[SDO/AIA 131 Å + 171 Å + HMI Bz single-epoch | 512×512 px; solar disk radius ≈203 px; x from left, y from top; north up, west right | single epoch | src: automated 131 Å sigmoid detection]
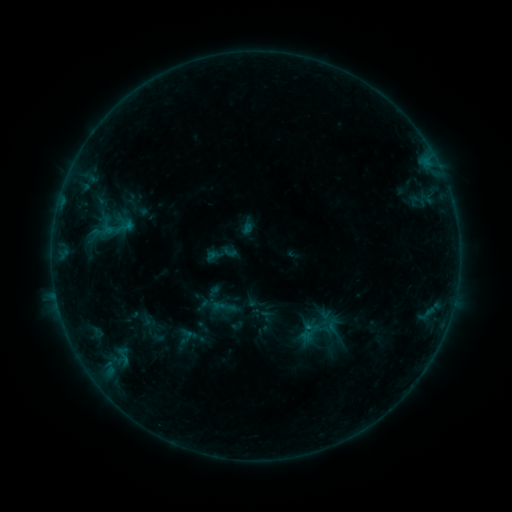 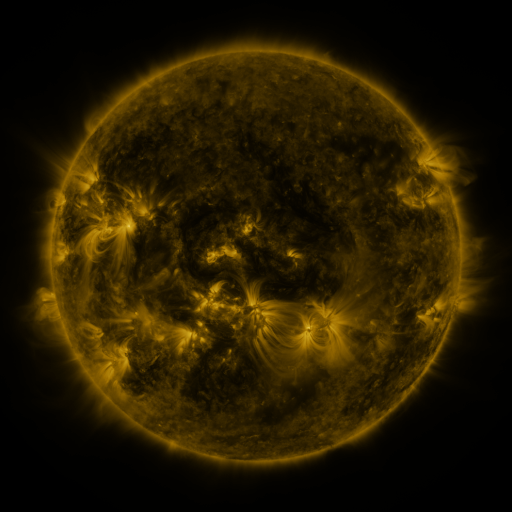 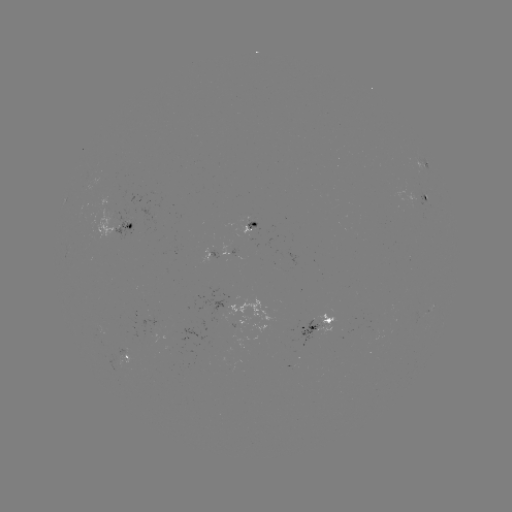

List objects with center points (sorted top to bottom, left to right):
sigmoid: (320, 327)
